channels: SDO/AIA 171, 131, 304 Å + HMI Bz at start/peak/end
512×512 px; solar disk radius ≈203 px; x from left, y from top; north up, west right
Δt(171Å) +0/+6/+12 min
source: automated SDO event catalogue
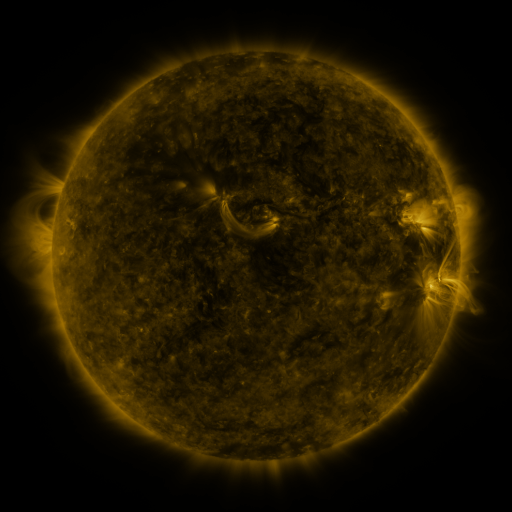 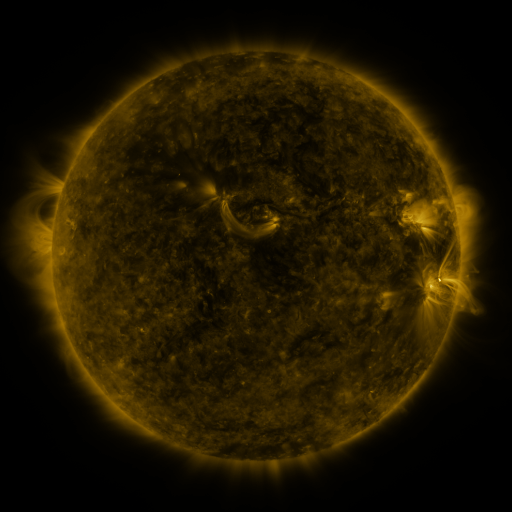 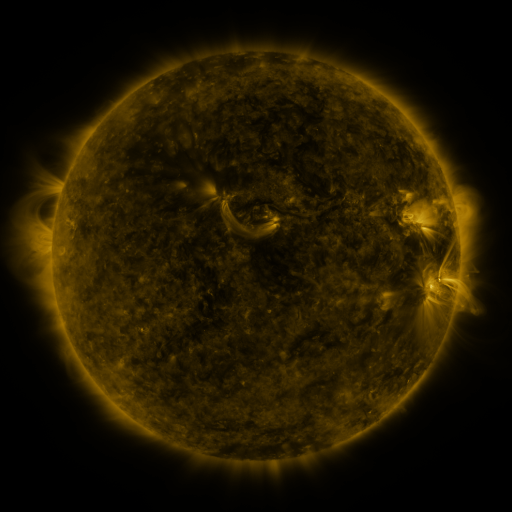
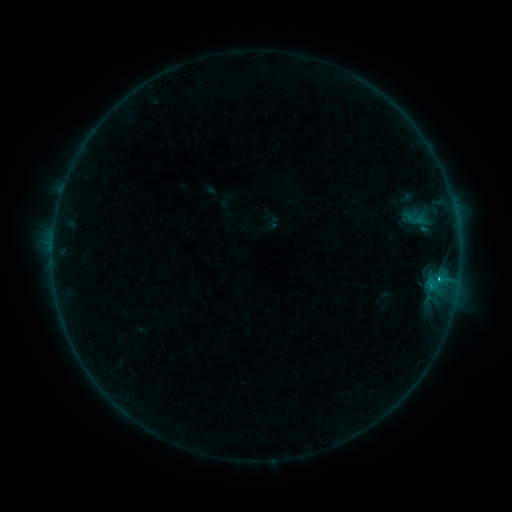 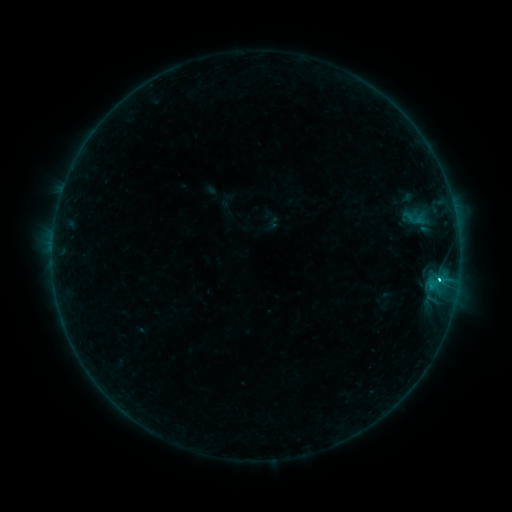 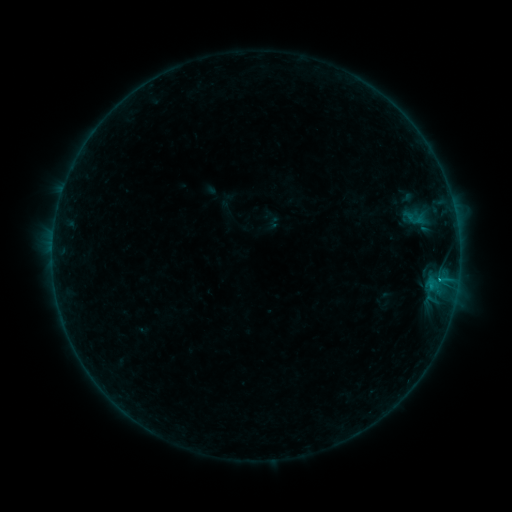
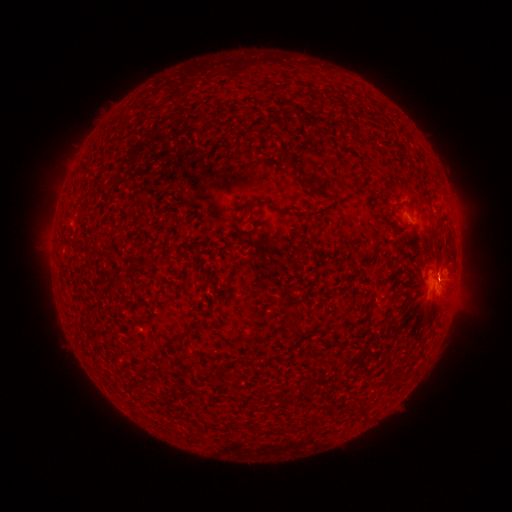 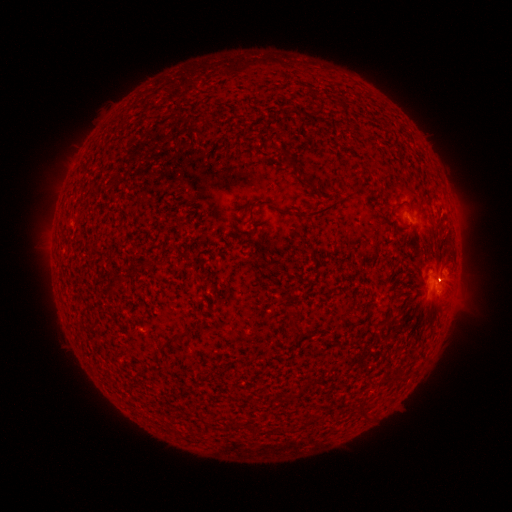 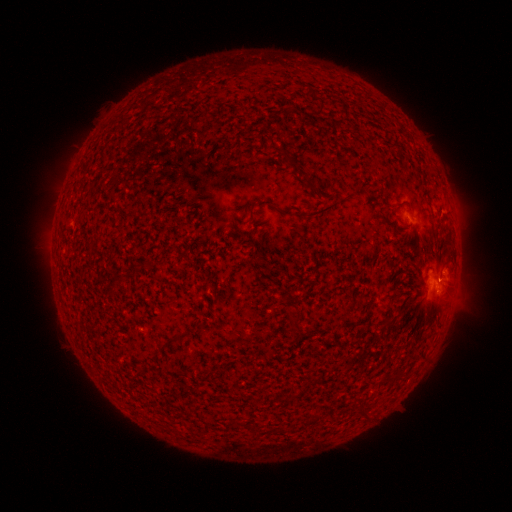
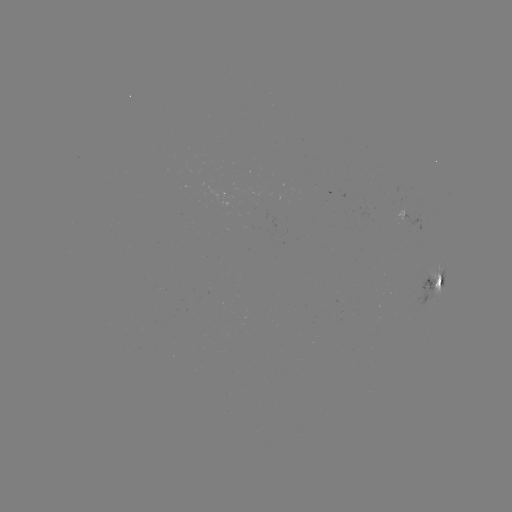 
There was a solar flare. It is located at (438, 280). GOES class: C1.3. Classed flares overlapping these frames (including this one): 2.